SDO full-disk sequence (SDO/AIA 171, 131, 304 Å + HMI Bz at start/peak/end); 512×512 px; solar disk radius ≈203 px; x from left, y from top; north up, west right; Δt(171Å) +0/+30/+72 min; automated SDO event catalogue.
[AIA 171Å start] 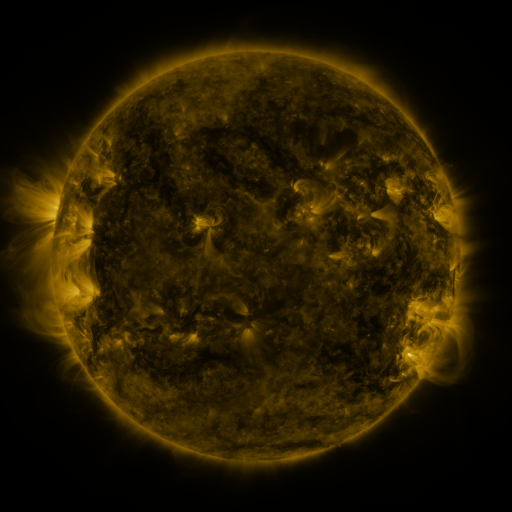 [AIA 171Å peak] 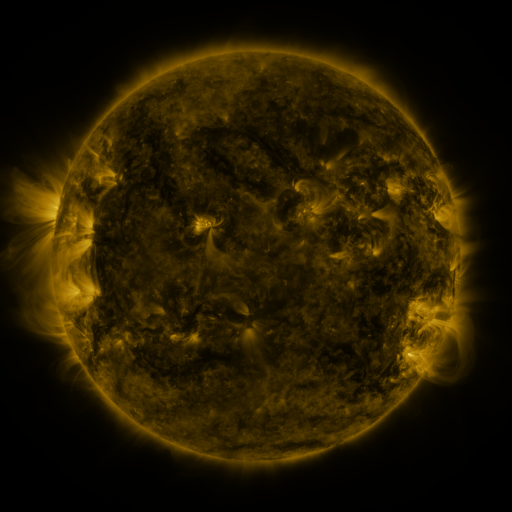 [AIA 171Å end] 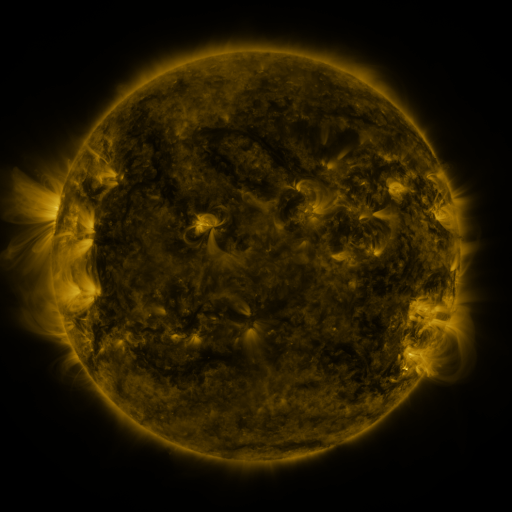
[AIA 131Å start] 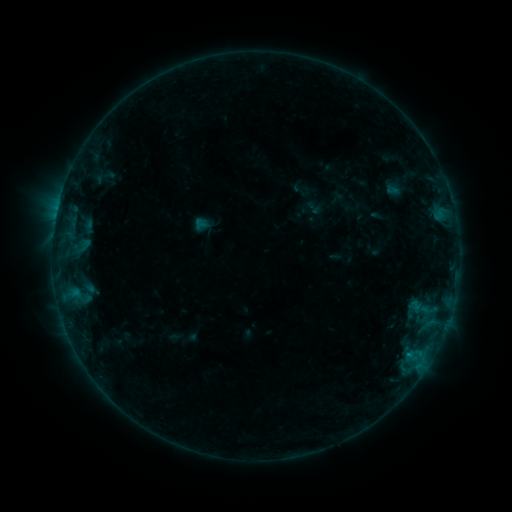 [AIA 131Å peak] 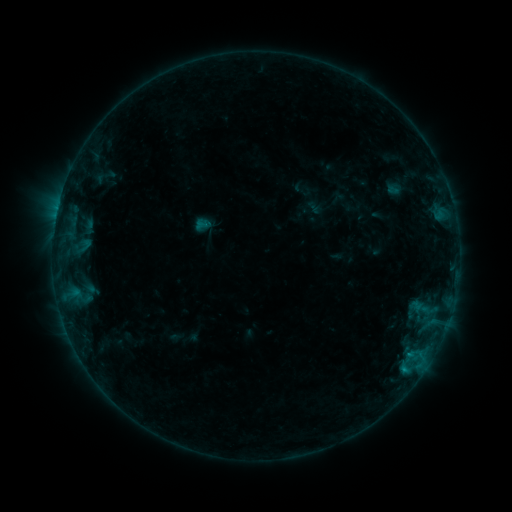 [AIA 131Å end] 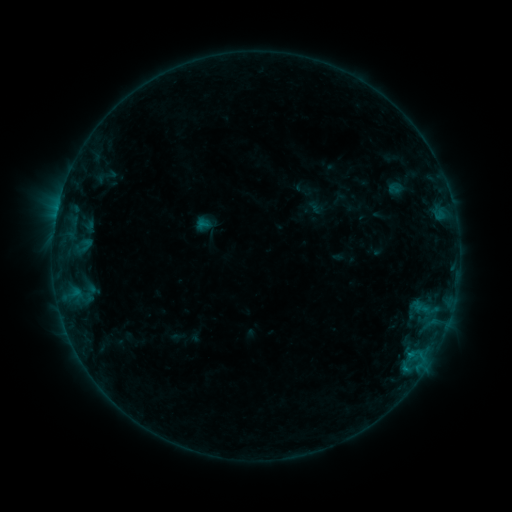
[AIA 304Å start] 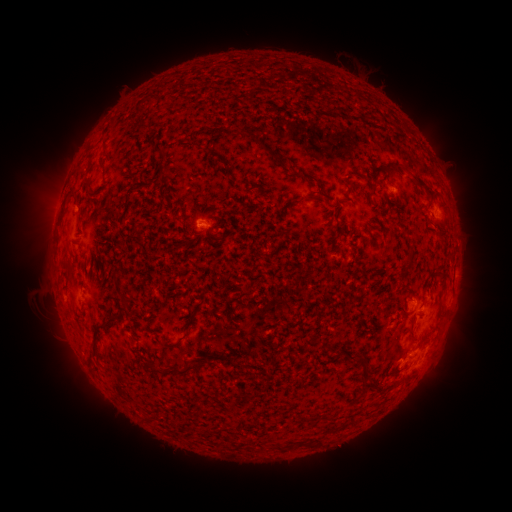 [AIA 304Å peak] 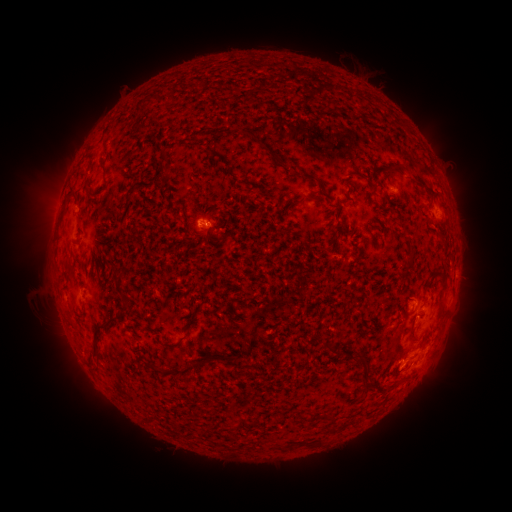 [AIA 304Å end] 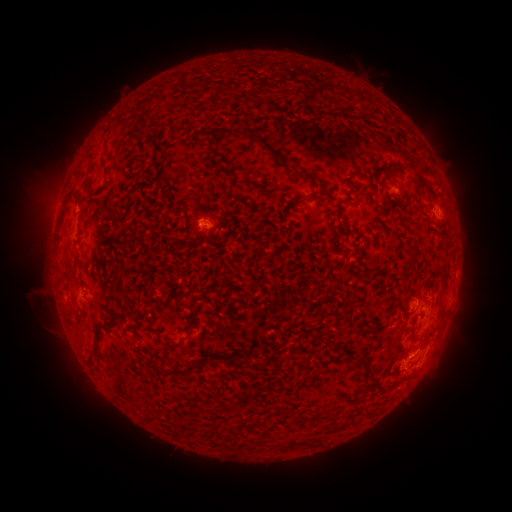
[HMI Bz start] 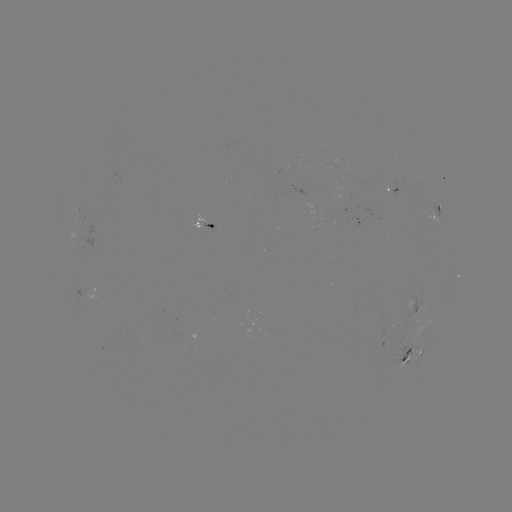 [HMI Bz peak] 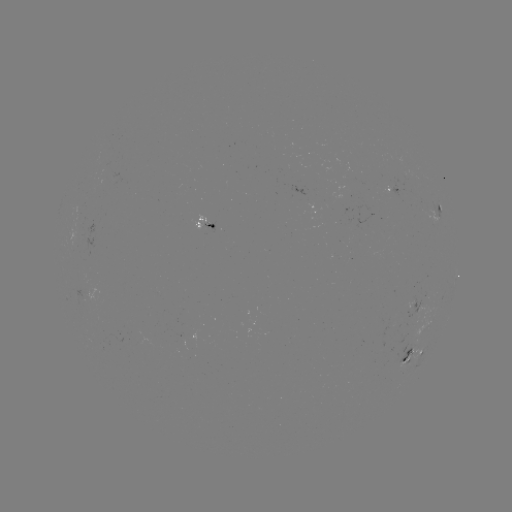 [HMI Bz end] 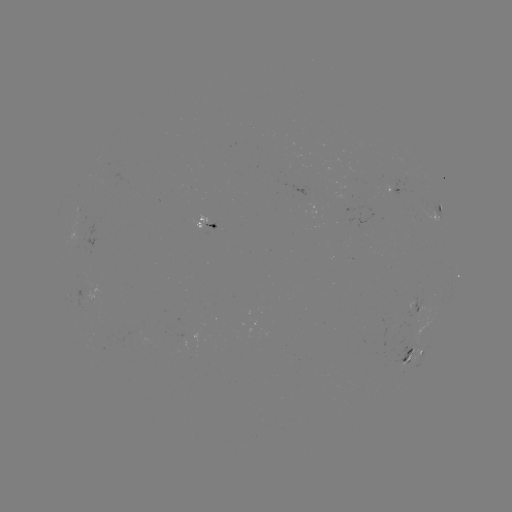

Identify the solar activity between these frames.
B5.3 flare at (405, 366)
